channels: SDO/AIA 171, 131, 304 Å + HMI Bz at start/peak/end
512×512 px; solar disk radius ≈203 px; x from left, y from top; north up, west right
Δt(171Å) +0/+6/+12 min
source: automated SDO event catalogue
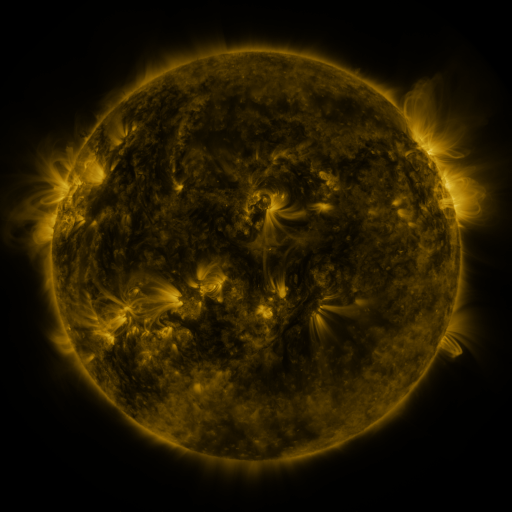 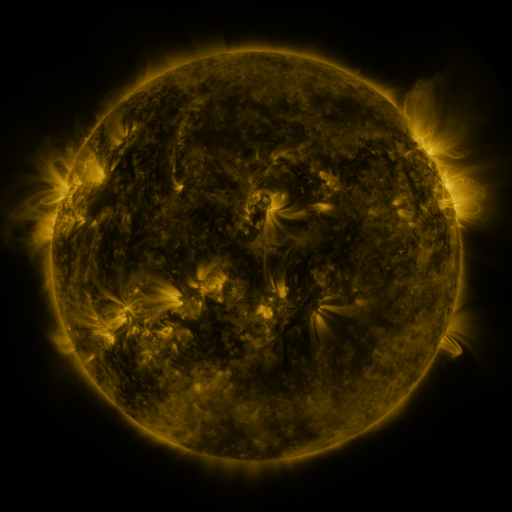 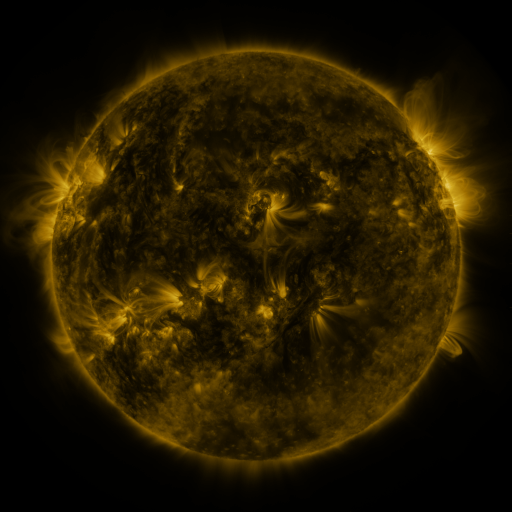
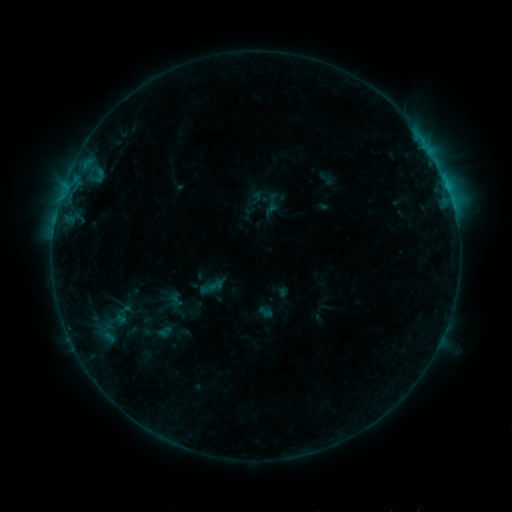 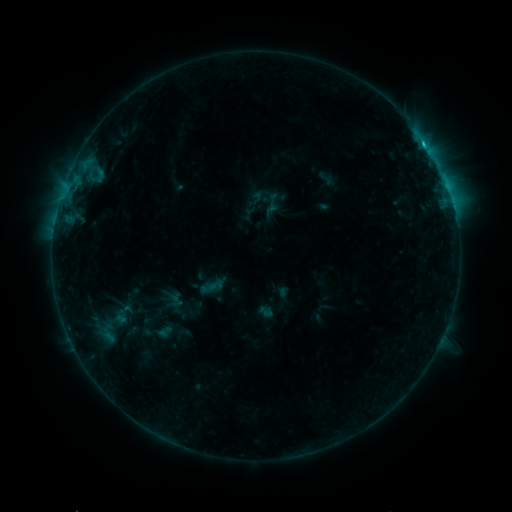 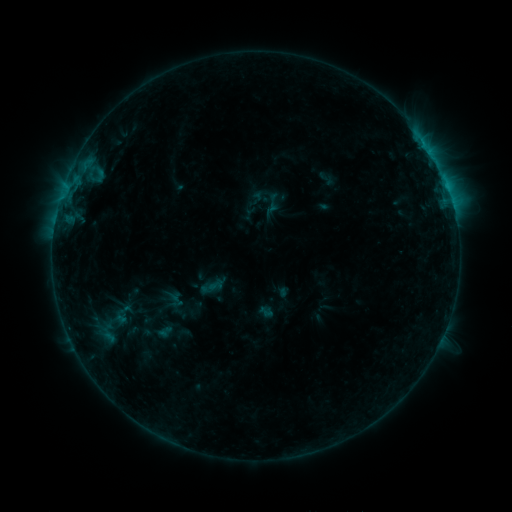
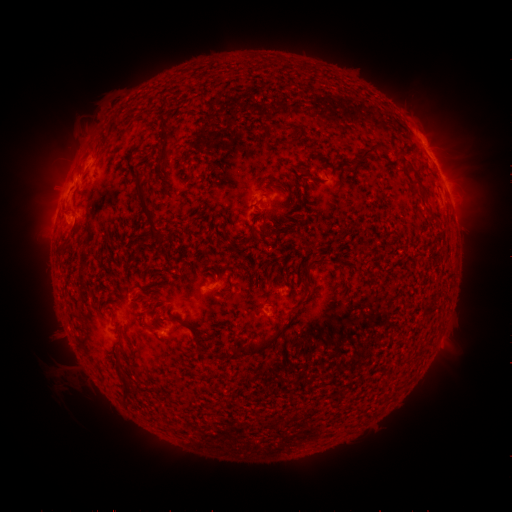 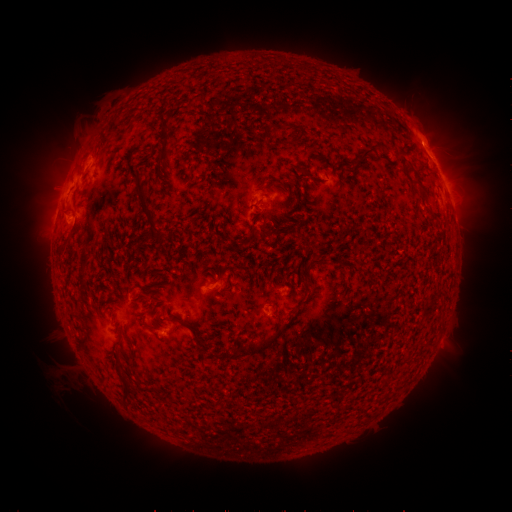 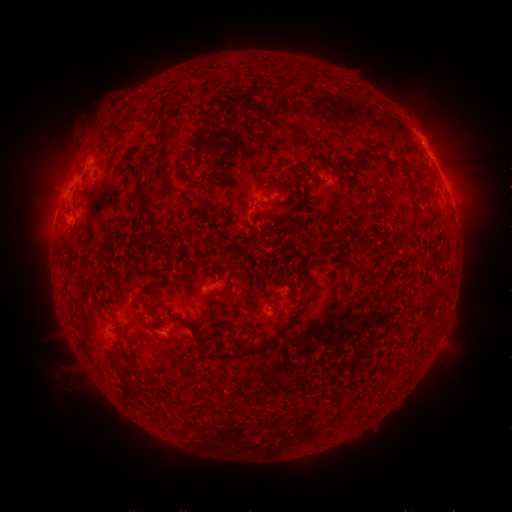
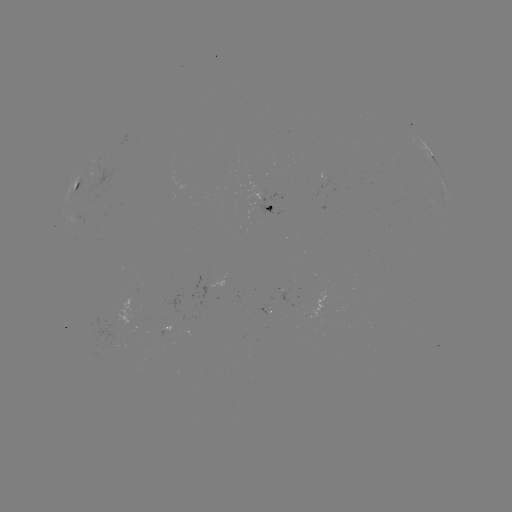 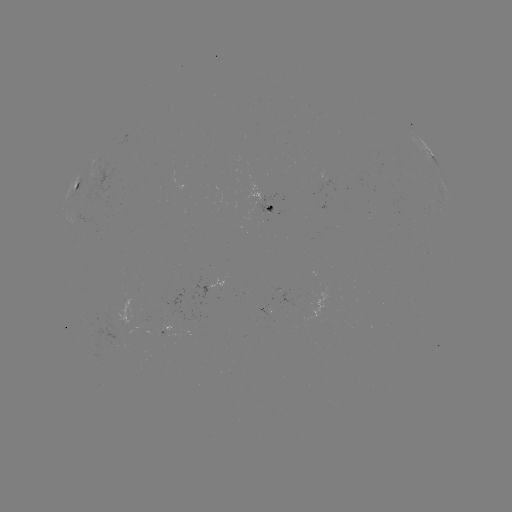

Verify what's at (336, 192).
C1.0 flare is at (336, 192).